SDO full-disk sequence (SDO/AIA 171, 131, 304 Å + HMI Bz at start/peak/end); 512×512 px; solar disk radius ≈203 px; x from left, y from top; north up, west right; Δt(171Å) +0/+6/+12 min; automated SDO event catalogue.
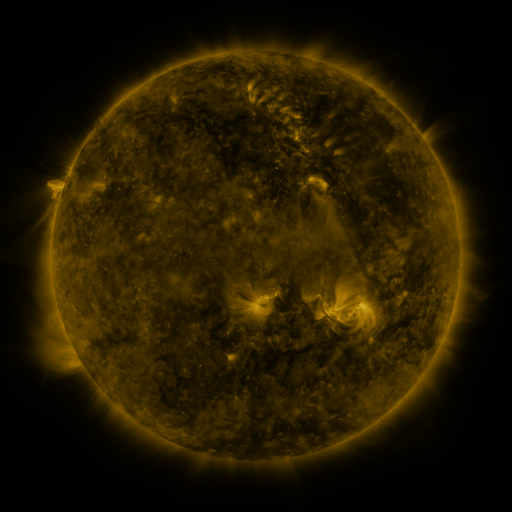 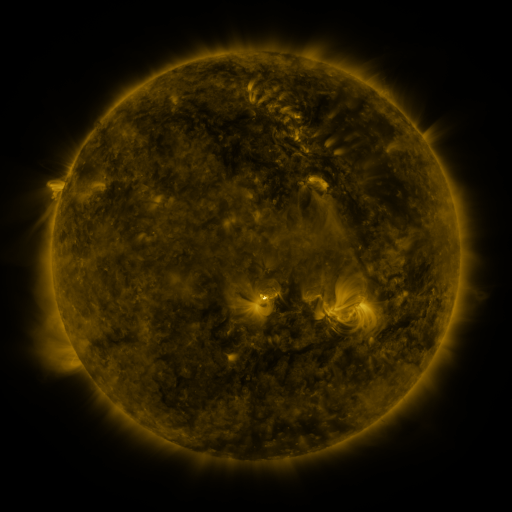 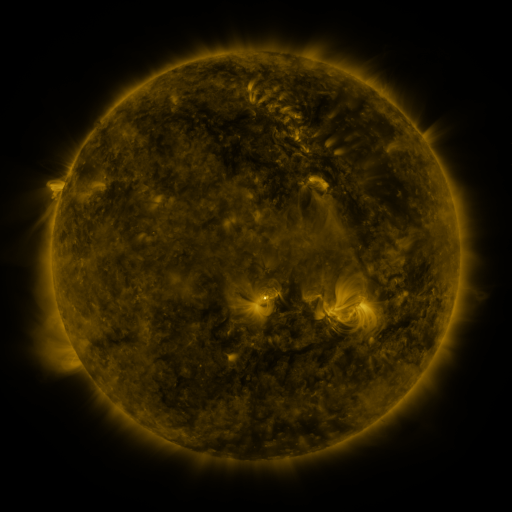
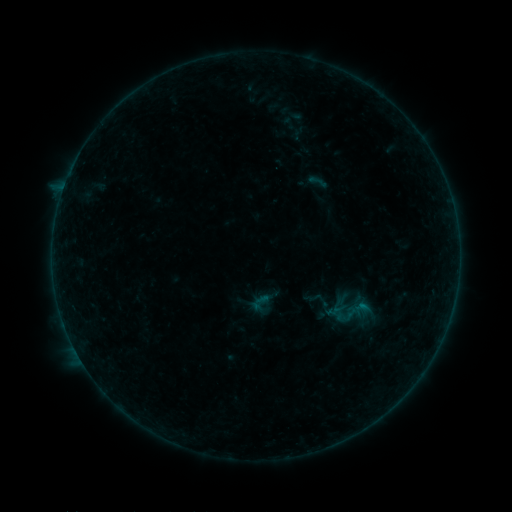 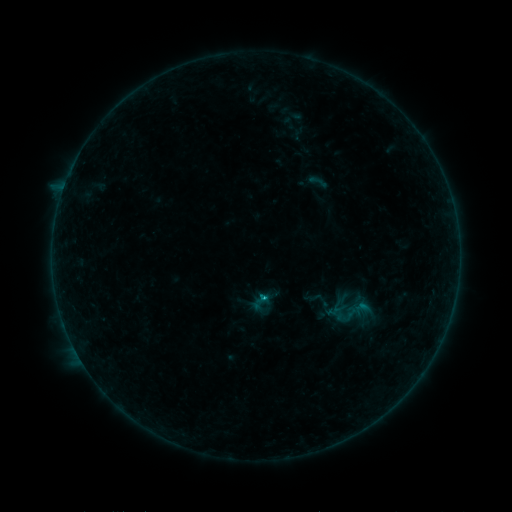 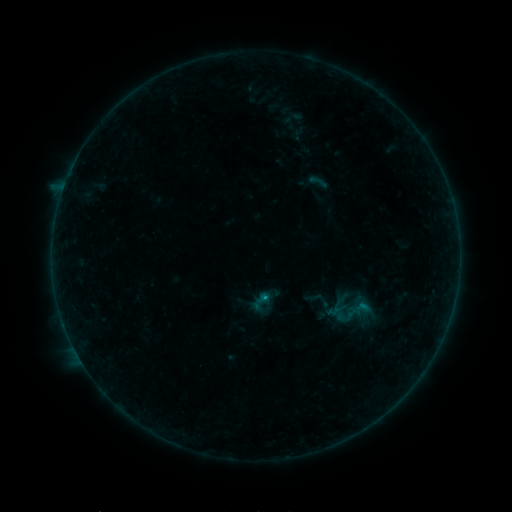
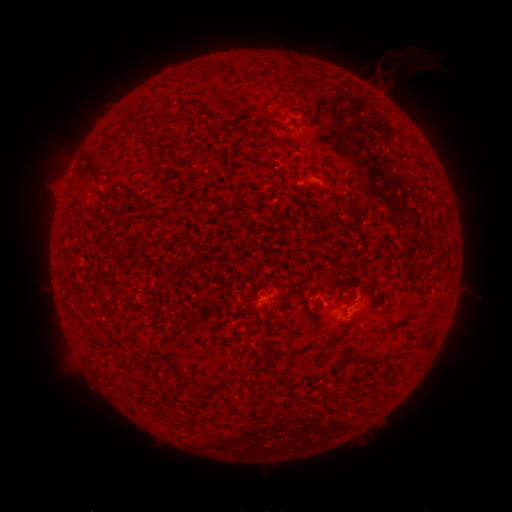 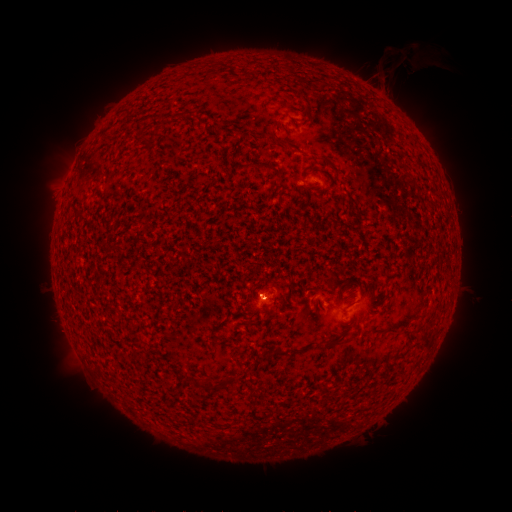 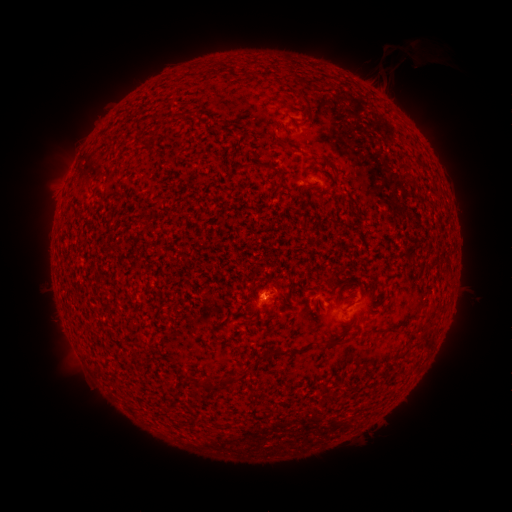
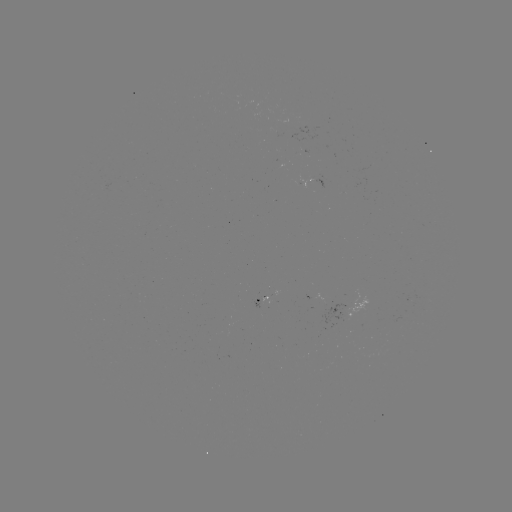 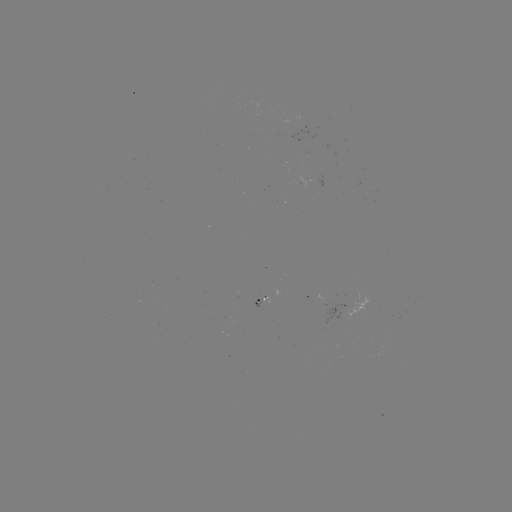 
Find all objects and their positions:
B3.6 flare: (262, 297)
